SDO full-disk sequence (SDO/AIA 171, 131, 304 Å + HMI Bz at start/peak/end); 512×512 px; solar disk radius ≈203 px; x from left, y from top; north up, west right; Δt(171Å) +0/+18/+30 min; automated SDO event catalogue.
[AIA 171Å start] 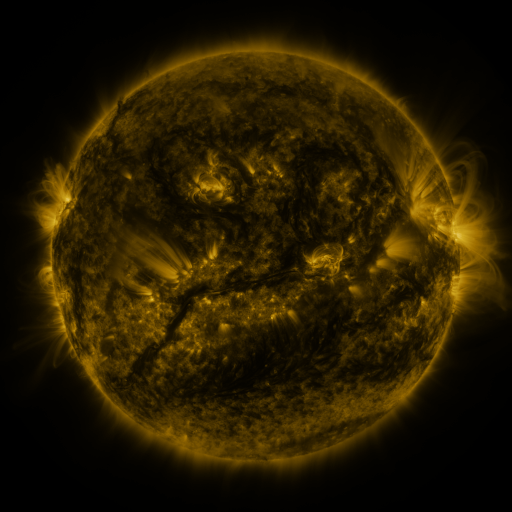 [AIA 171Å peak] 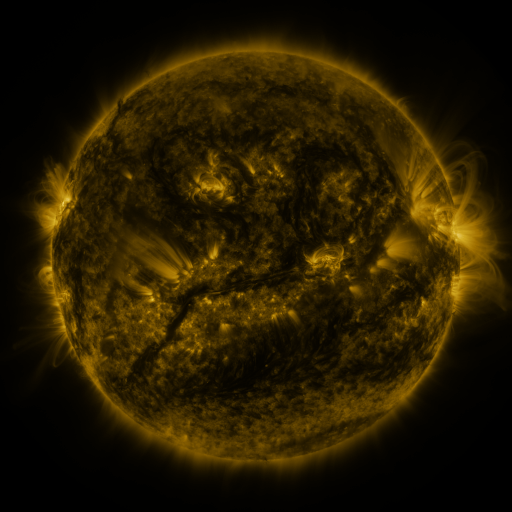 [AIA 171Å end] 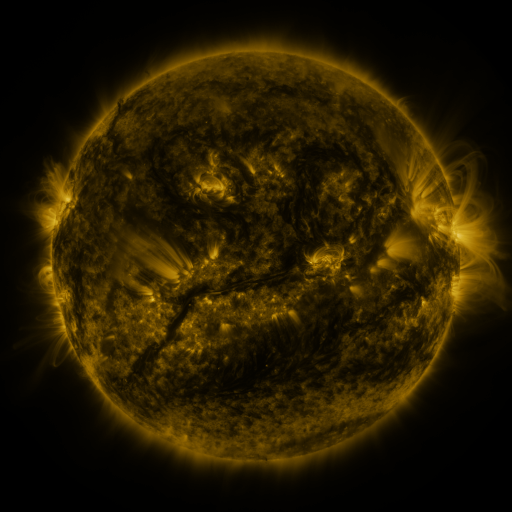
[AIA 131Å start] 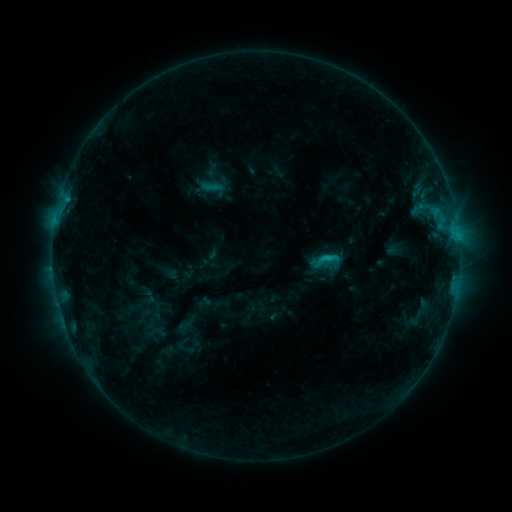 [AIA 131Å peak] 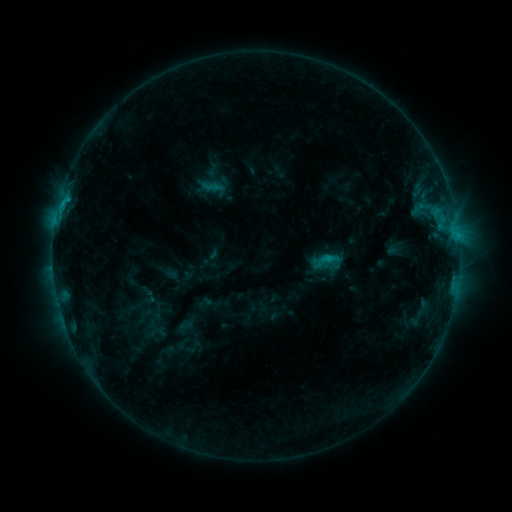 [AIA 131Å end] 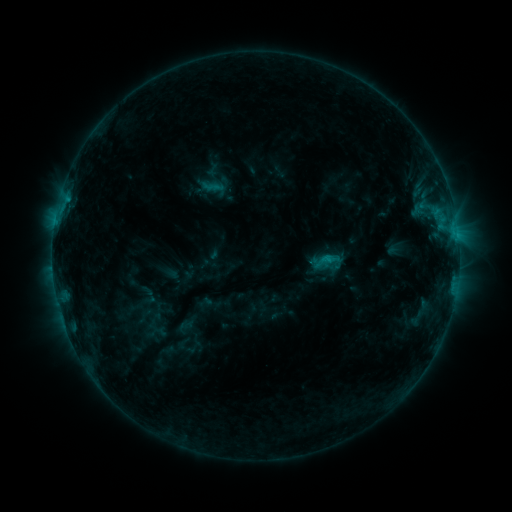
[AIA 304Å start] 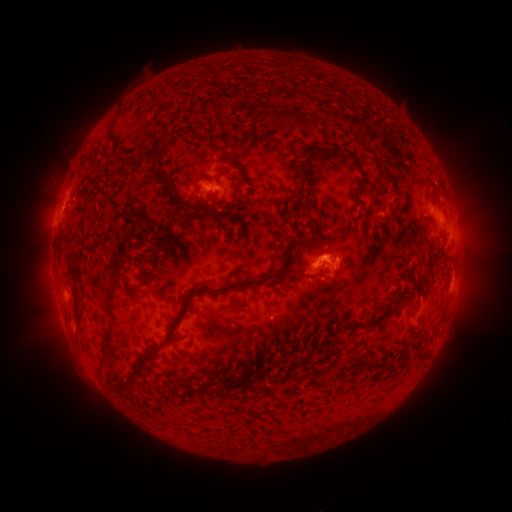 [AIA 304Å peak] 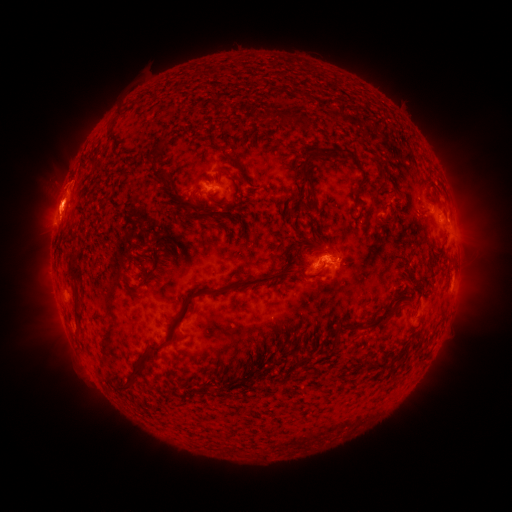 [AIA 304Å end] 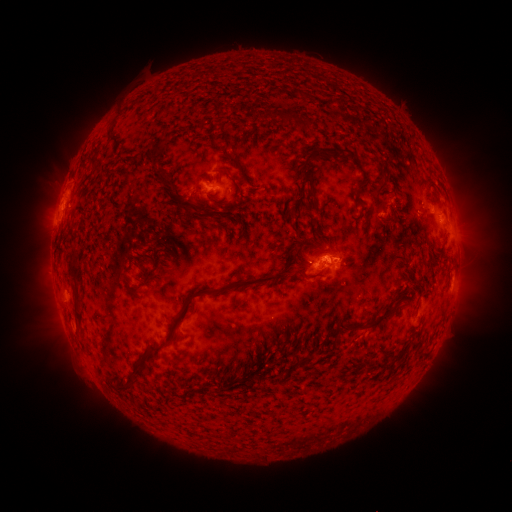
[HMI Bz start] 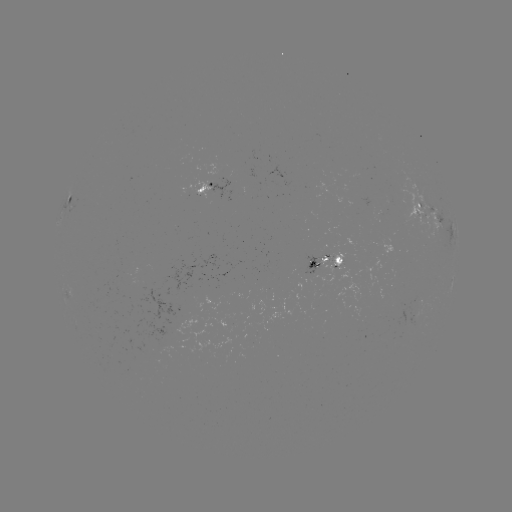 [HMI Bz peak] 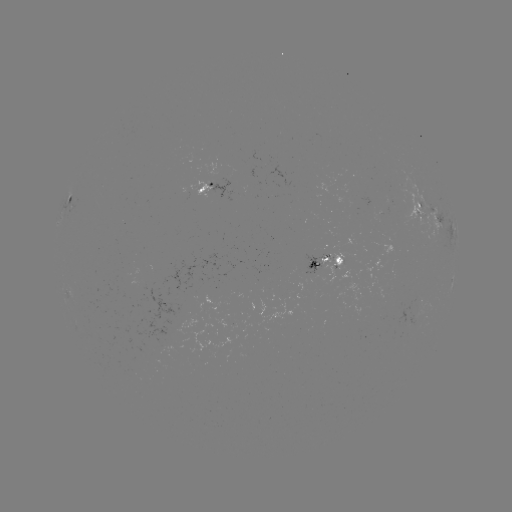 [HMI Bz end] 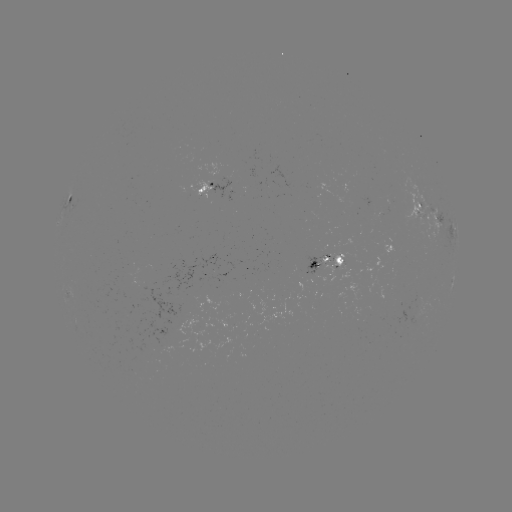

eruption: (29, 168, 85, 256)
